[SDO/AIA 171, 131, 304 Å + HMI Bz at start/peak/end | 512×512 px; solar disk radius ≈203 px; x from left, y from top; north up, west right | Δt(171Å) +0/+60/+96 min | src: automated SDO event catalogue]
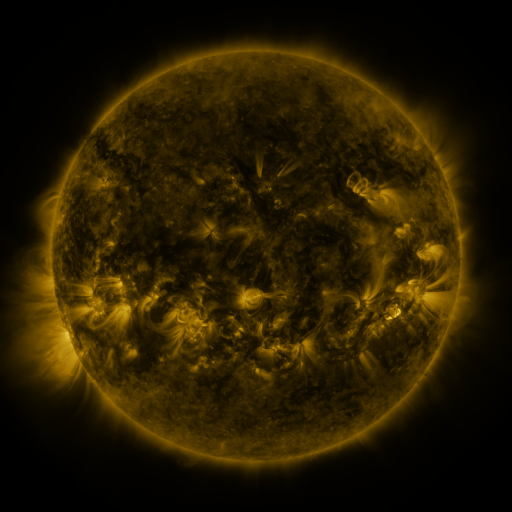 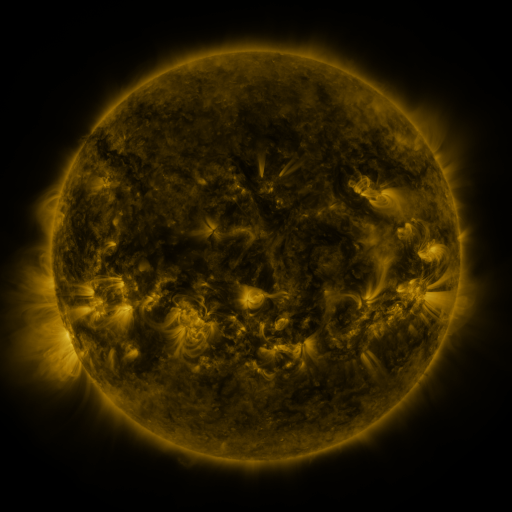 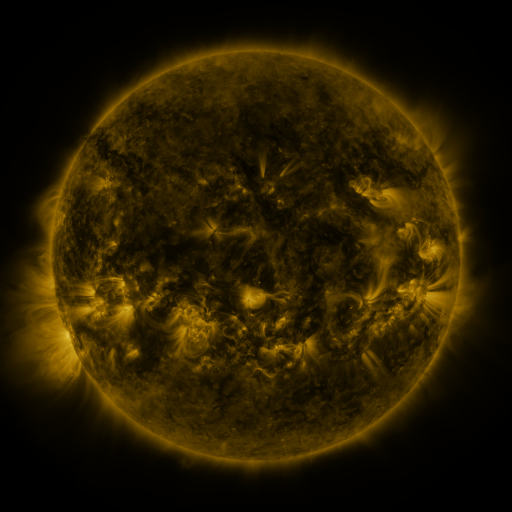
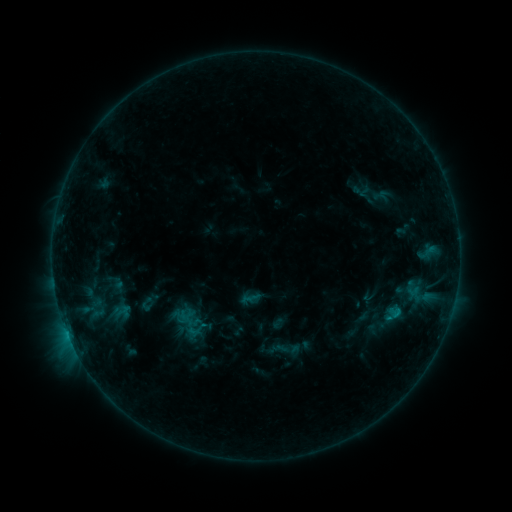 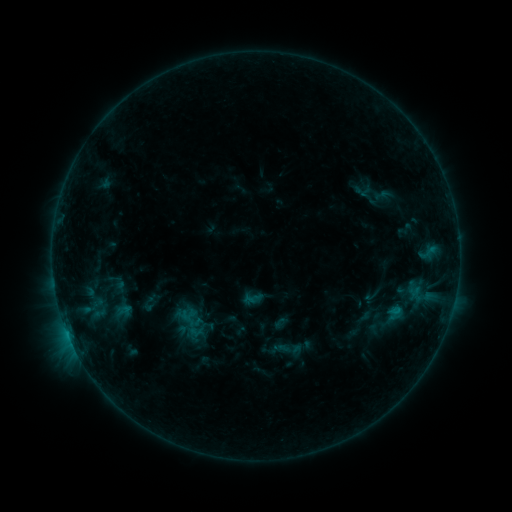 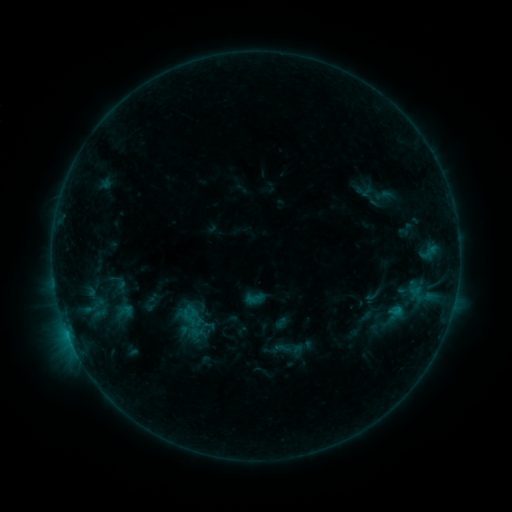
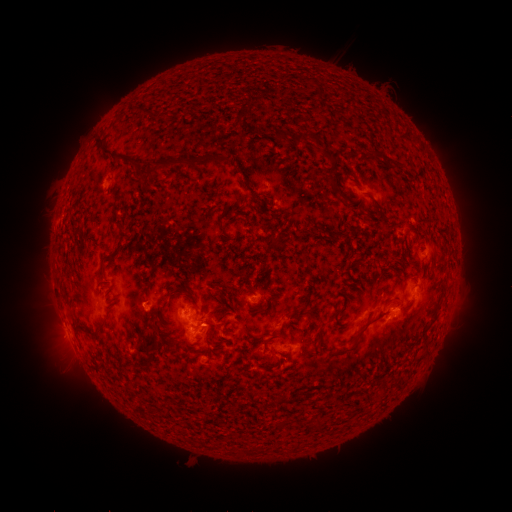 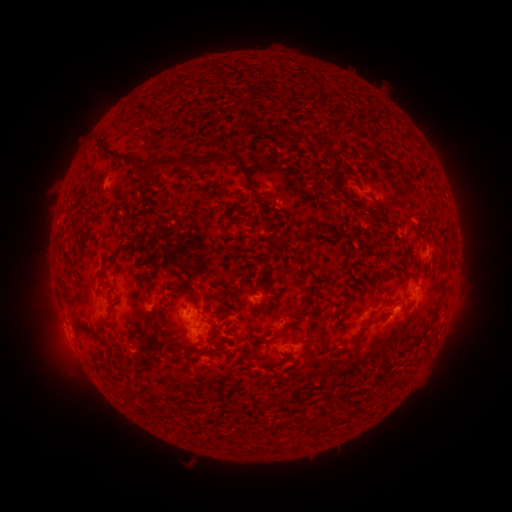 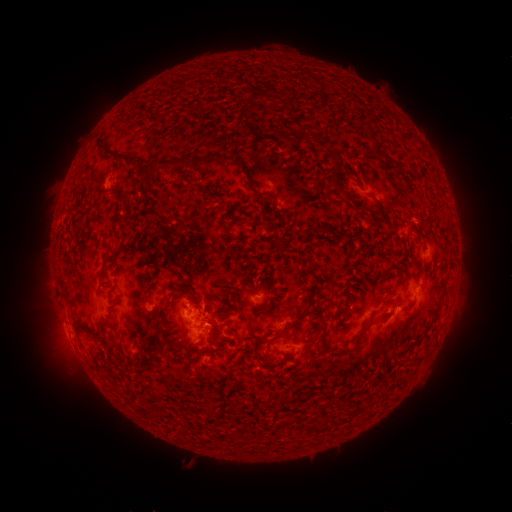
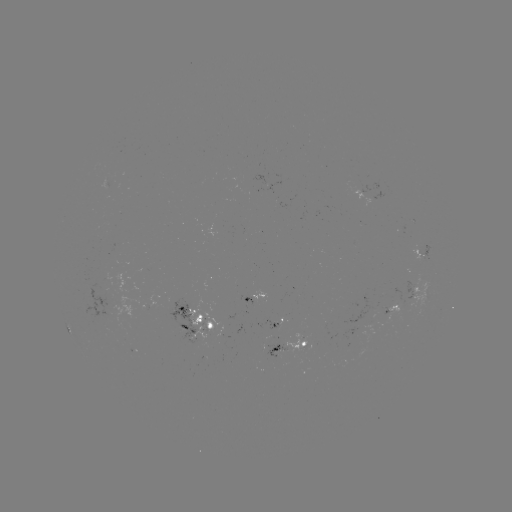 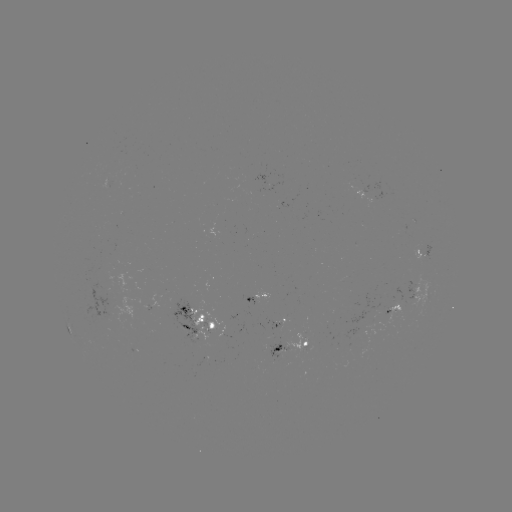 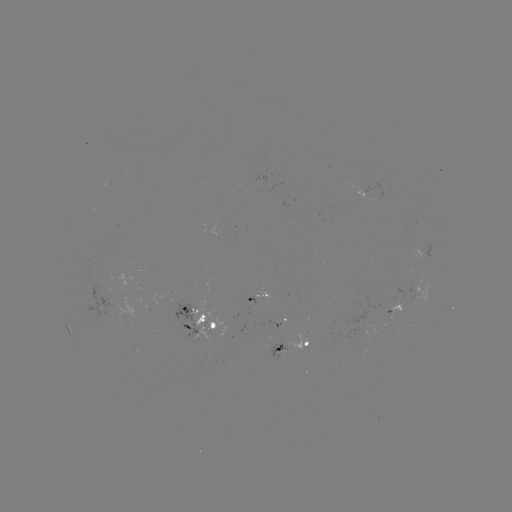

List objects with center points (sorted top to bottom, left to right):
emerging-flux region: (386, 308)
